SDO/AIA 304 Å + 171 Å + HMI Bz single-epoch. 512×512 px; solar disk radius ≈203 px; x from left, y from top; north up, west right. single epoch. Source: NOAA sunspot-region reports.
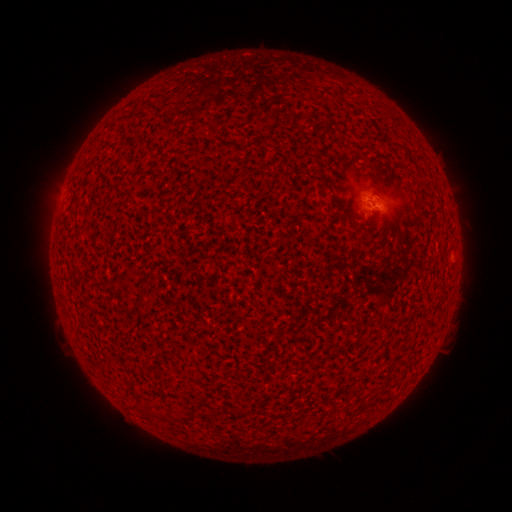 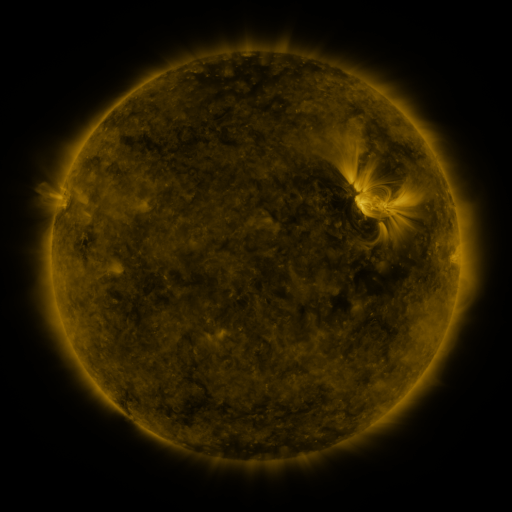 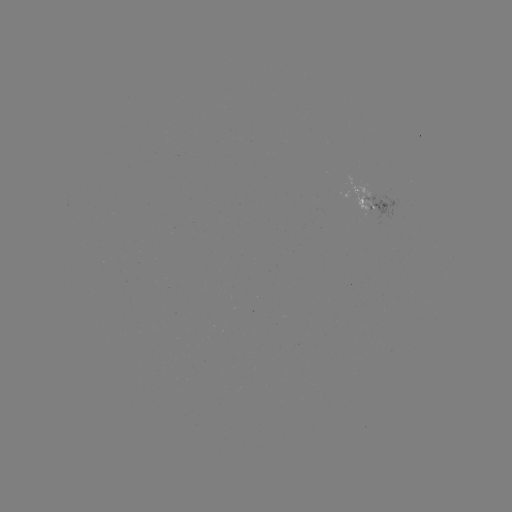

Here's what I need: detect spotted active region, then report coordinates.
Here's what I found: spotted active region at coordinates [371, 198].